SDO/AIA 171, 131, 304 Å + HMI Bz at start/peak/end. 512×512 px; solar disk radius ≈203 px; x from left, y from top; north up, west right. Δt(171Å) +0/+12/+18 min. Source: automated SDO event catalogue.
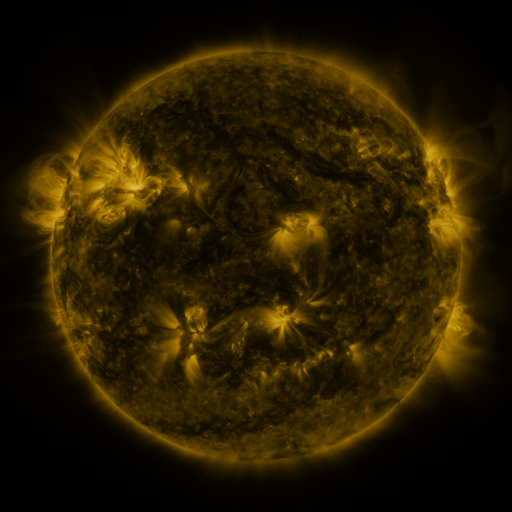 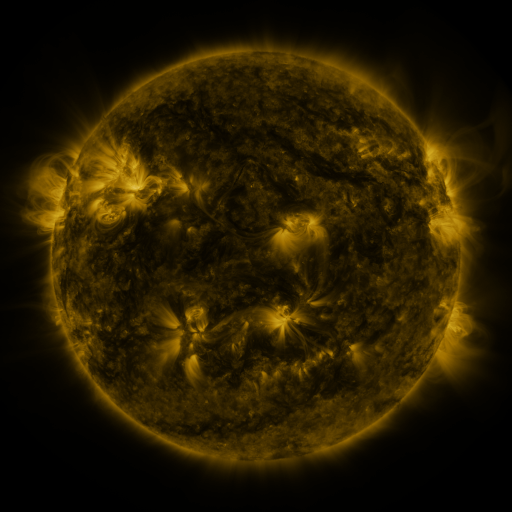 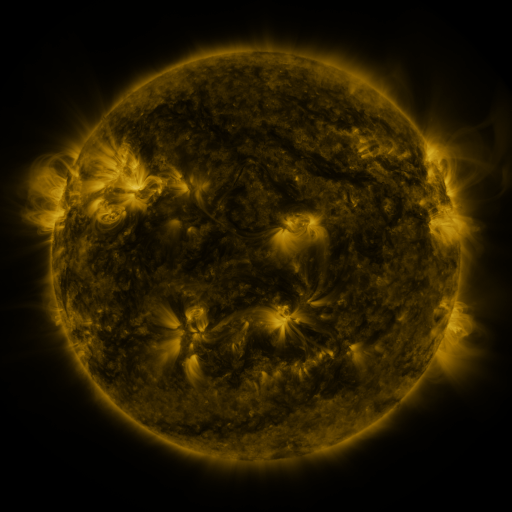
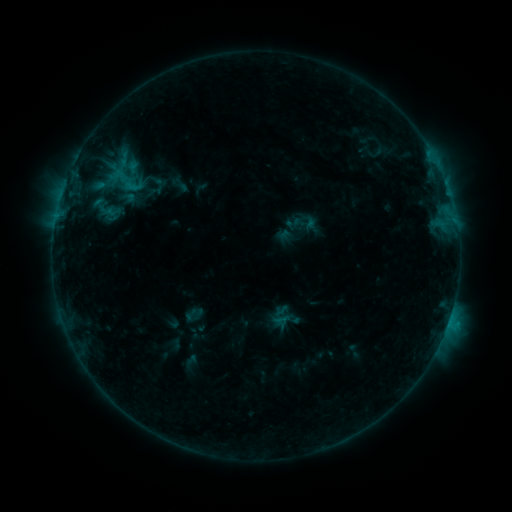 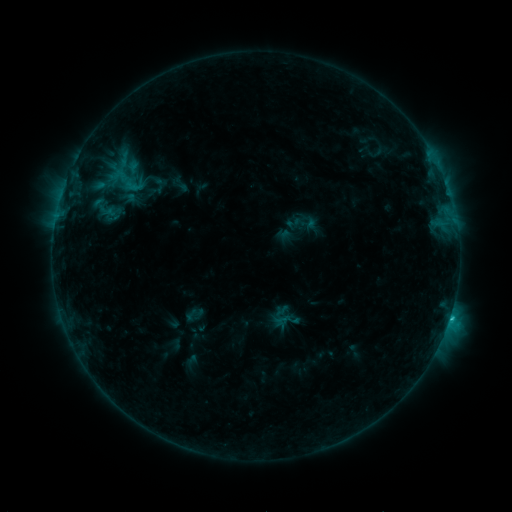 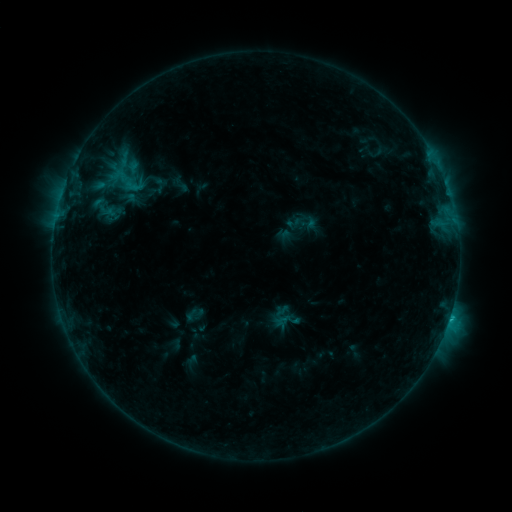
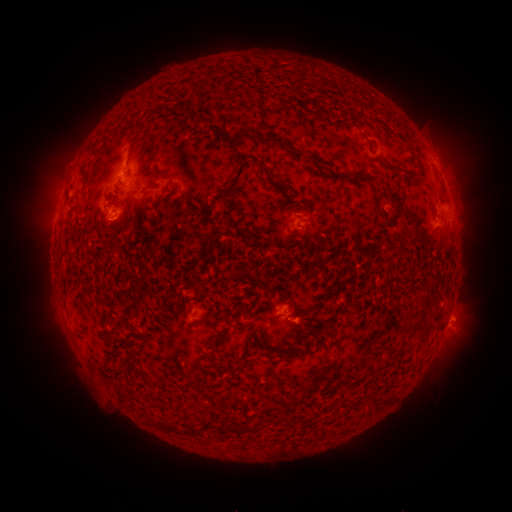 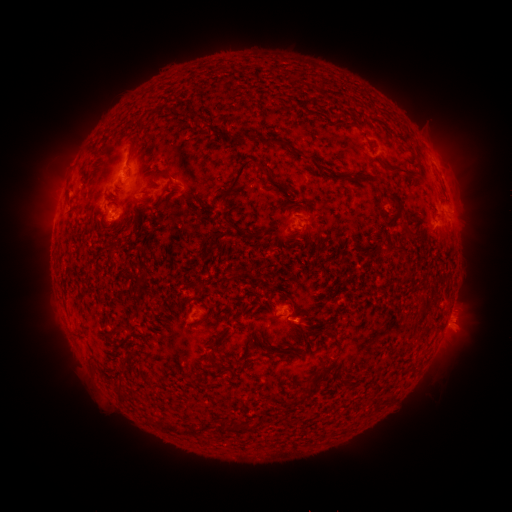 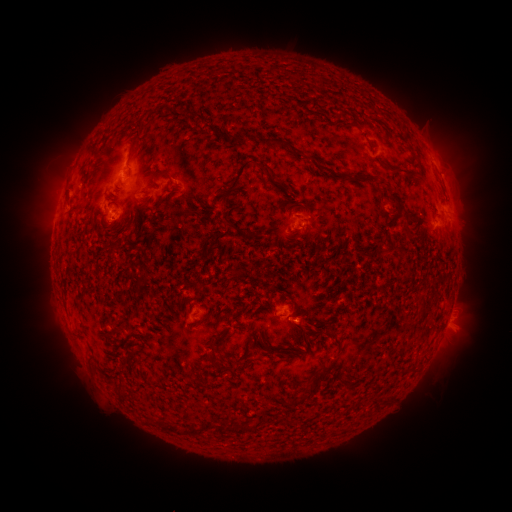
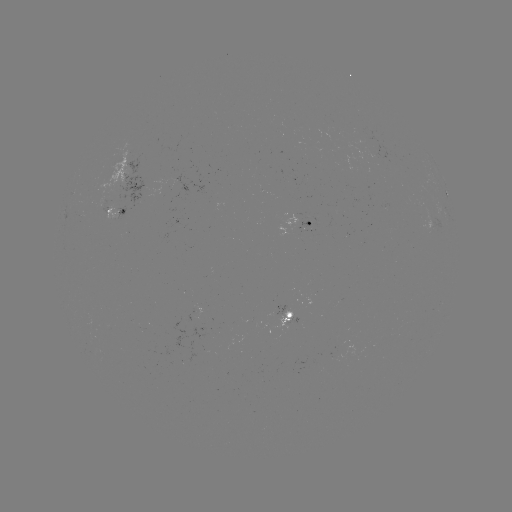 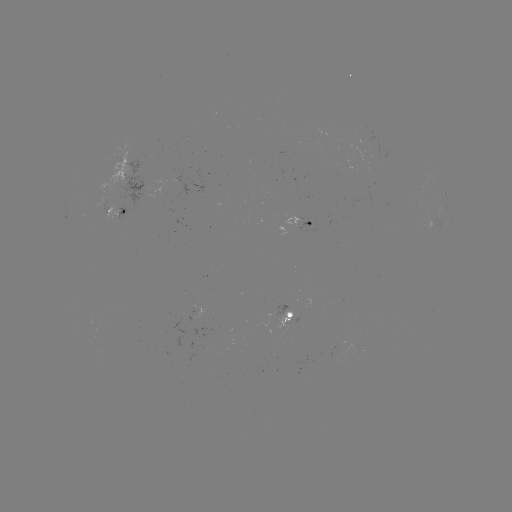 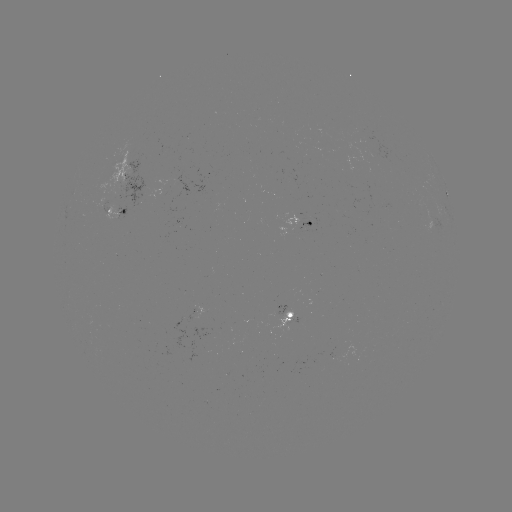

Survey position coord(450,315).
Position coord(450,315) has C1.9 flare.